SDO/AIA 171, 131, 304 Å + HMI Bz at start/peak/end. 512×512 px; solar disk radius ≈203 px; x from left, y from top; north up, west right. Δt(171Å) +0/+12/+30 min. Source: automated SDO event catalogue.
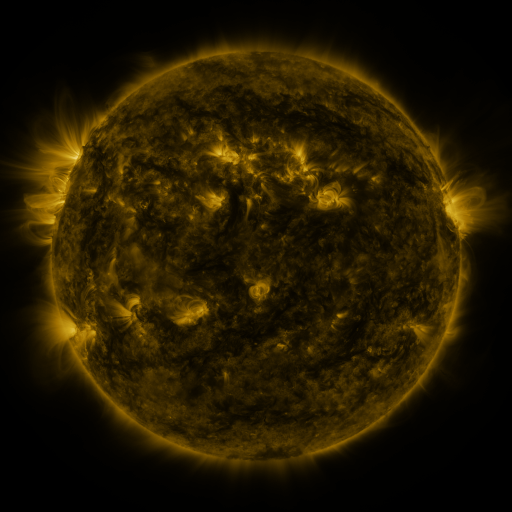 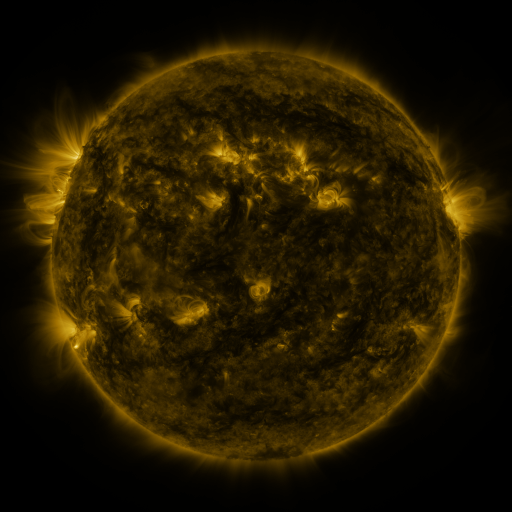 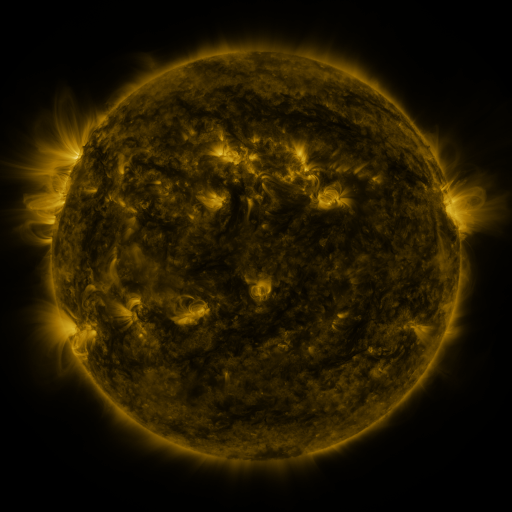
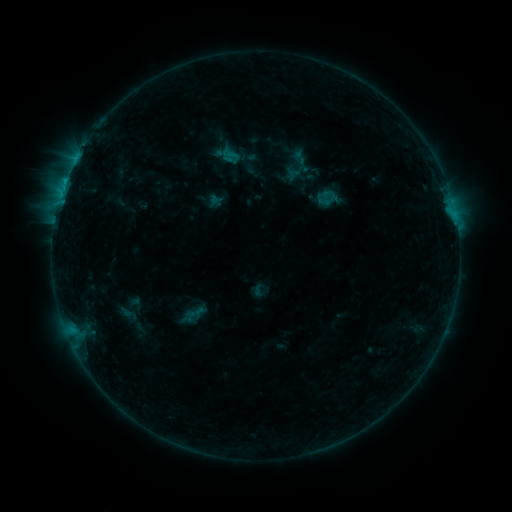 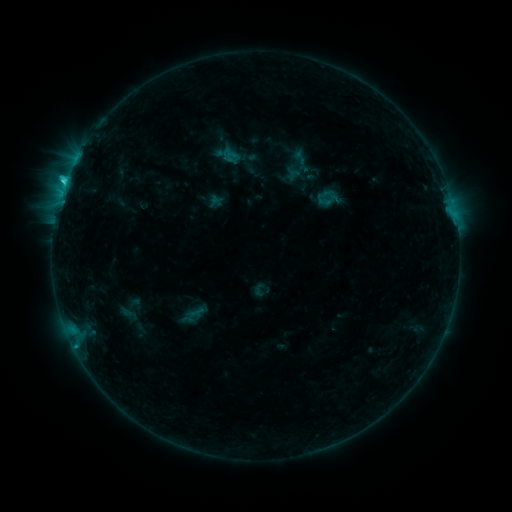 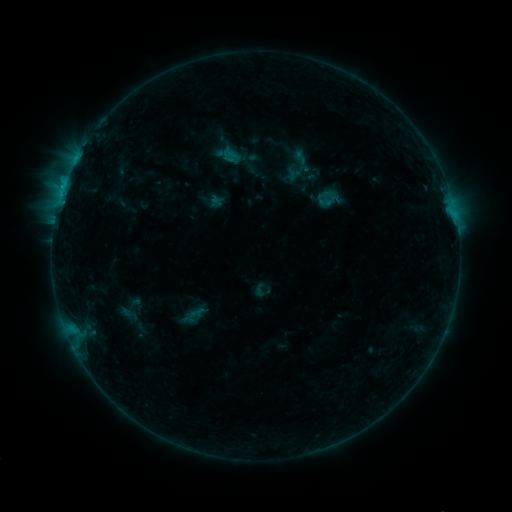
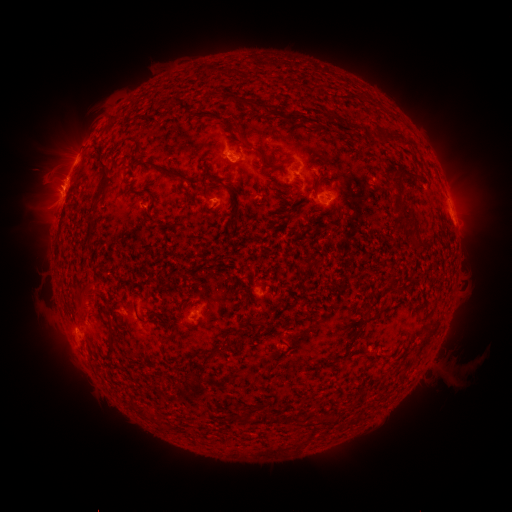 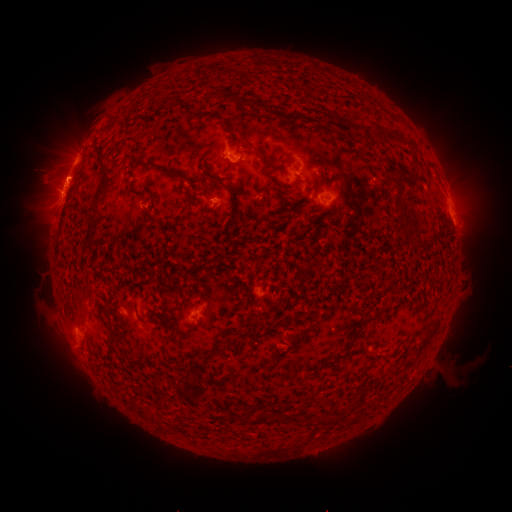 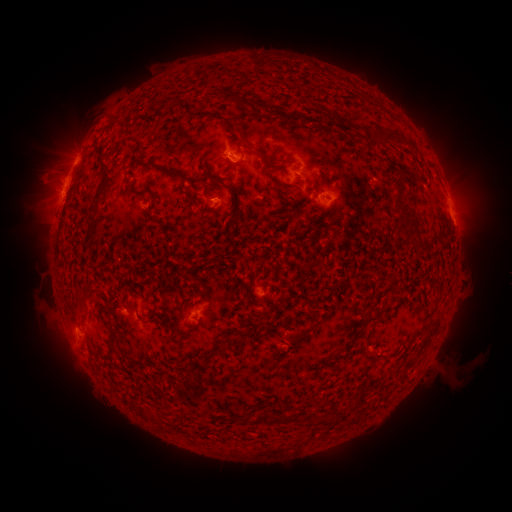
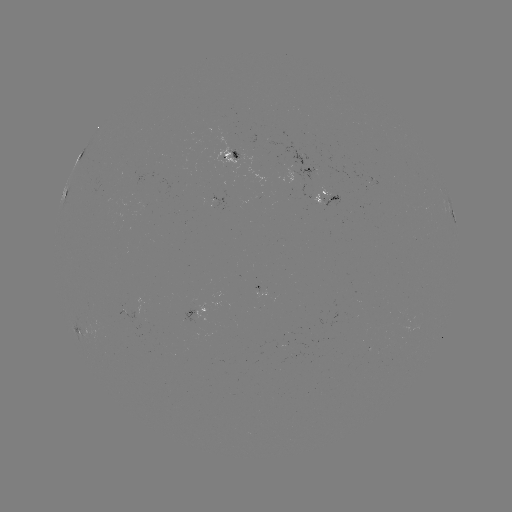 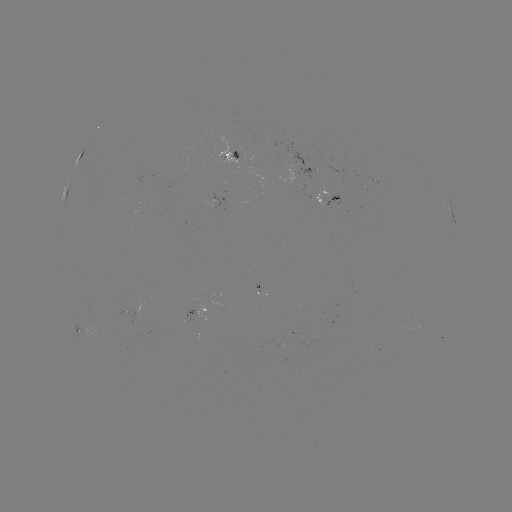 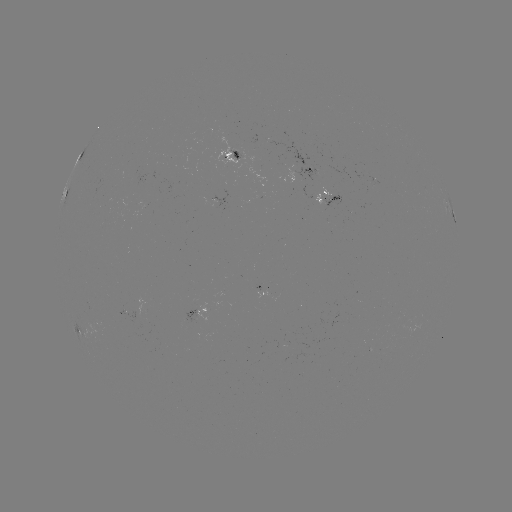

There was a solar flare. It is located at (66, 182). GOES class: C2.1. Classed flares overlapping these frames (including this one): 1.